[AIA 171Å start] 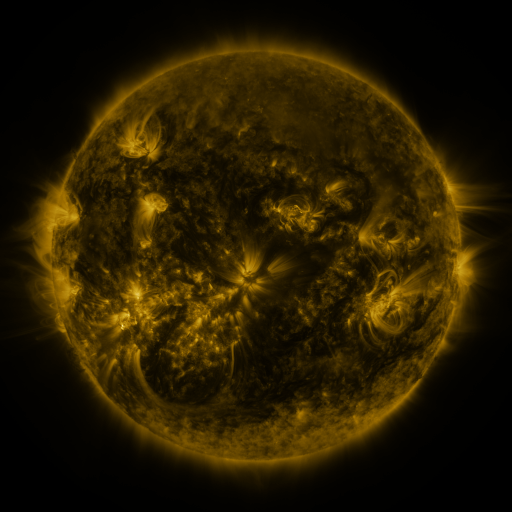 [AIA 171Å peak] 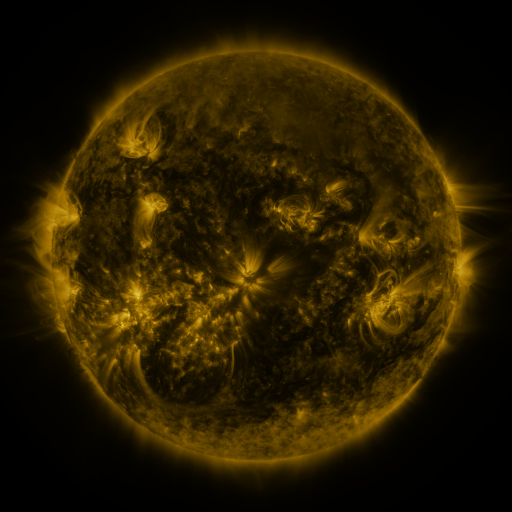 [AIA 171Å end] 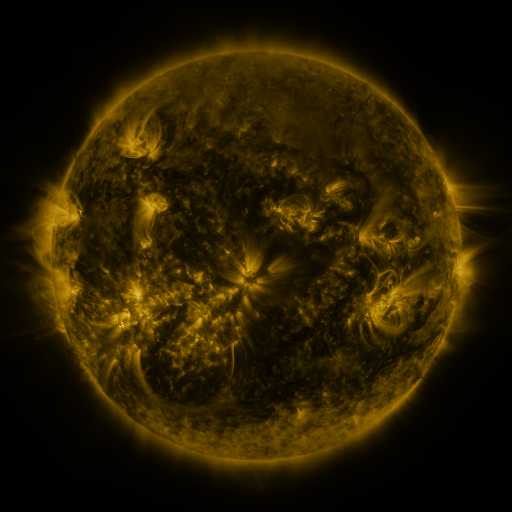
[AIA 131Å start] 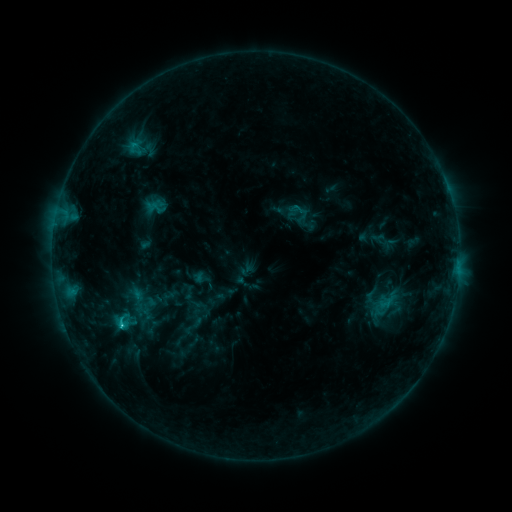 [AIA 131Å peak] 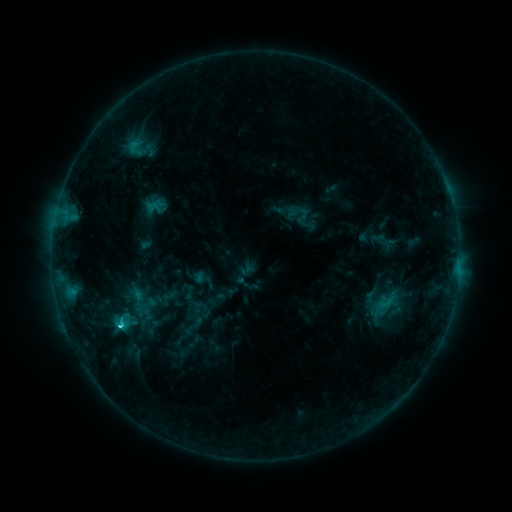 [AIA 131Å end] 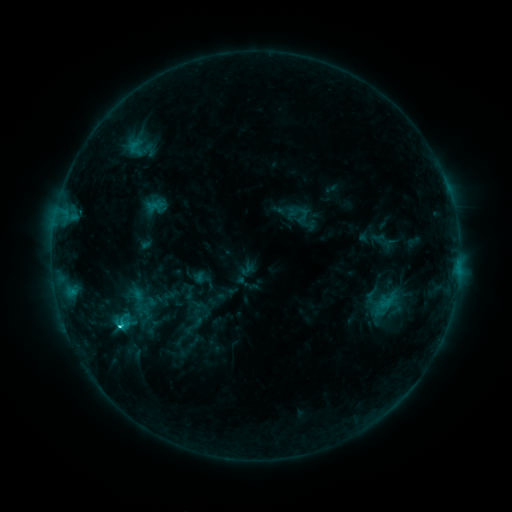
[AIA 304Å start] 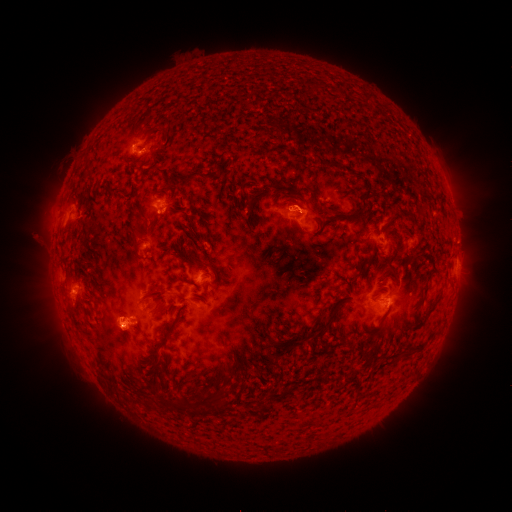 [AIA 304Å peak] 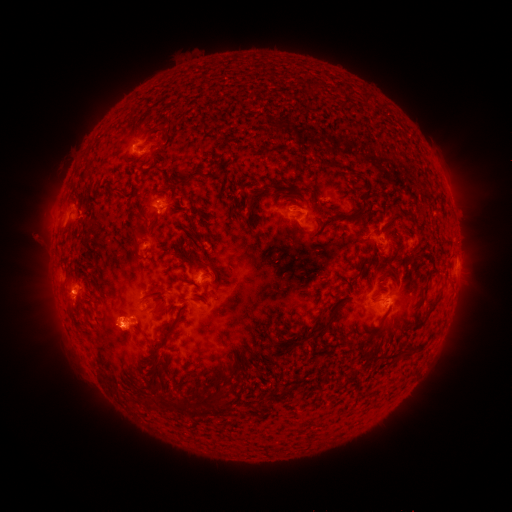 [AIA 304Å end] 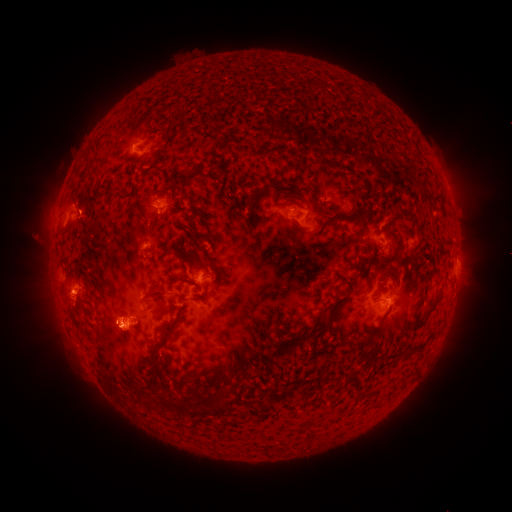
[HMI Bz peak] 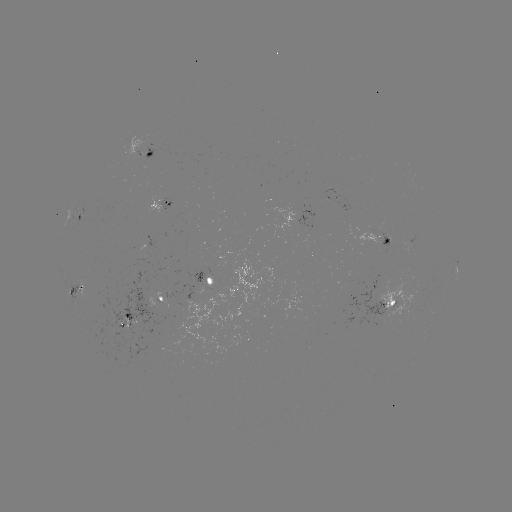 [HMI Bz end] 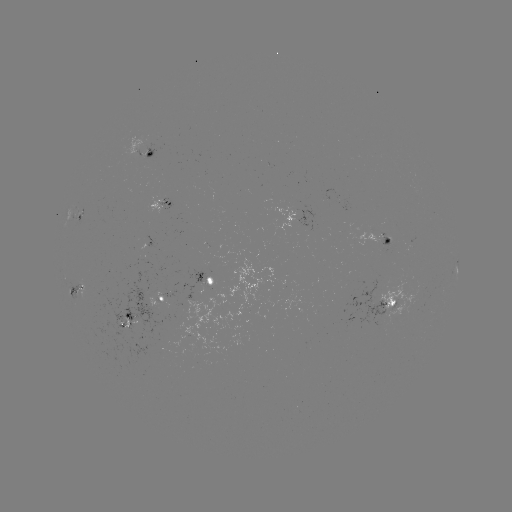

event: flare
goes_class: C2.5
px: (121, 327)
